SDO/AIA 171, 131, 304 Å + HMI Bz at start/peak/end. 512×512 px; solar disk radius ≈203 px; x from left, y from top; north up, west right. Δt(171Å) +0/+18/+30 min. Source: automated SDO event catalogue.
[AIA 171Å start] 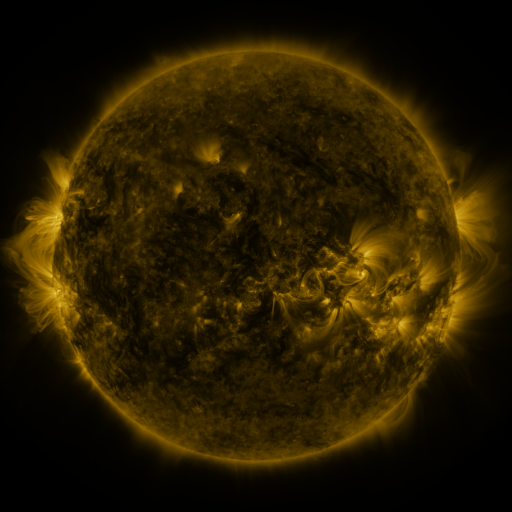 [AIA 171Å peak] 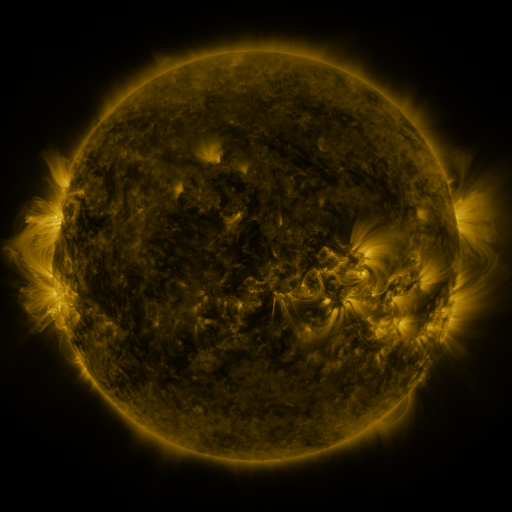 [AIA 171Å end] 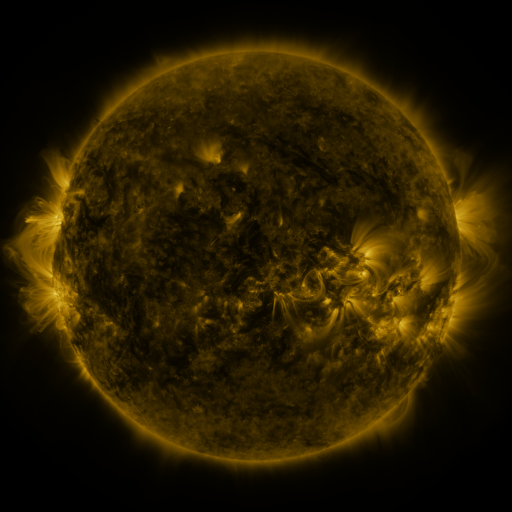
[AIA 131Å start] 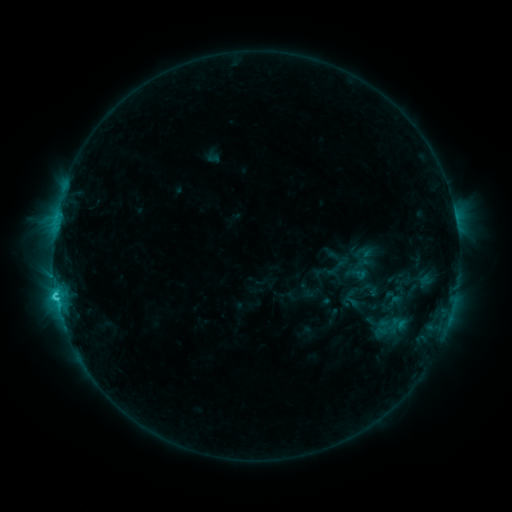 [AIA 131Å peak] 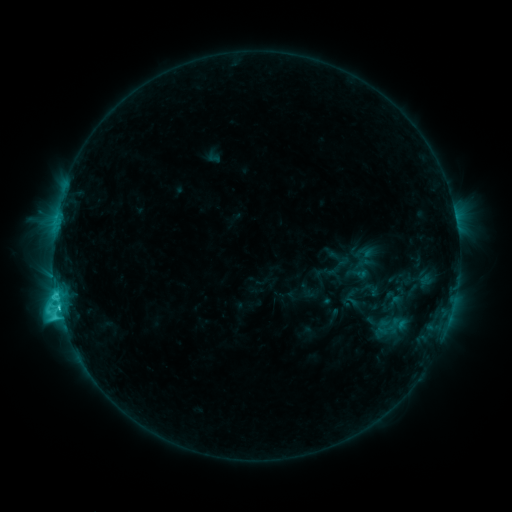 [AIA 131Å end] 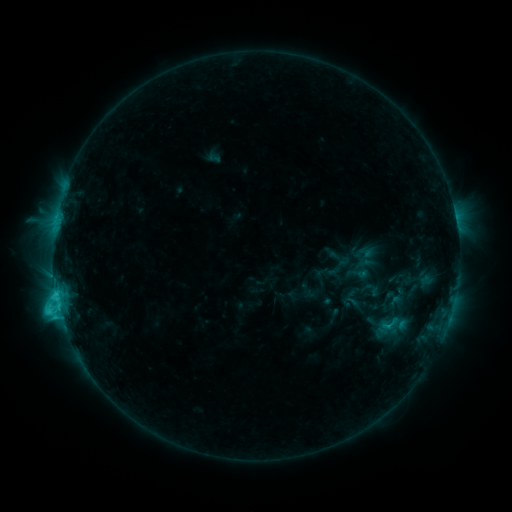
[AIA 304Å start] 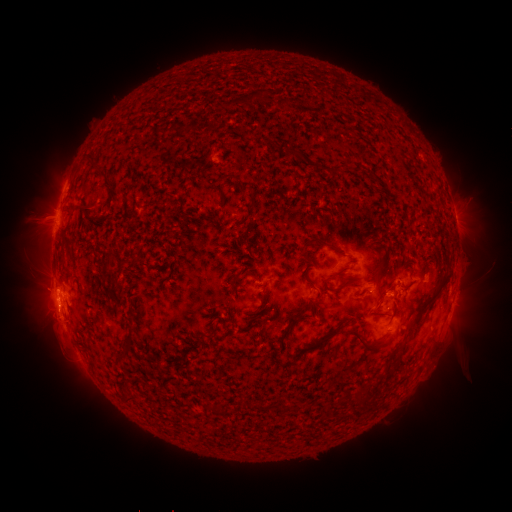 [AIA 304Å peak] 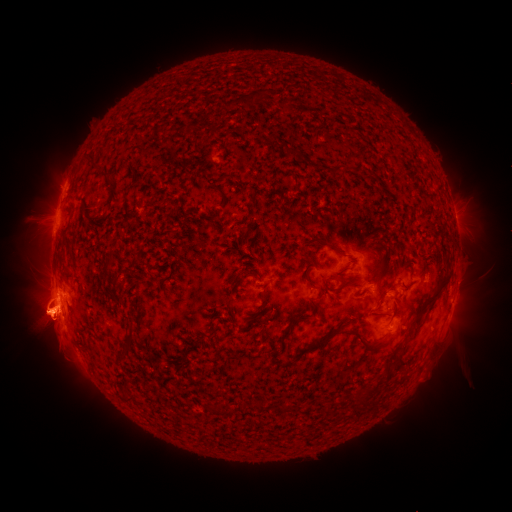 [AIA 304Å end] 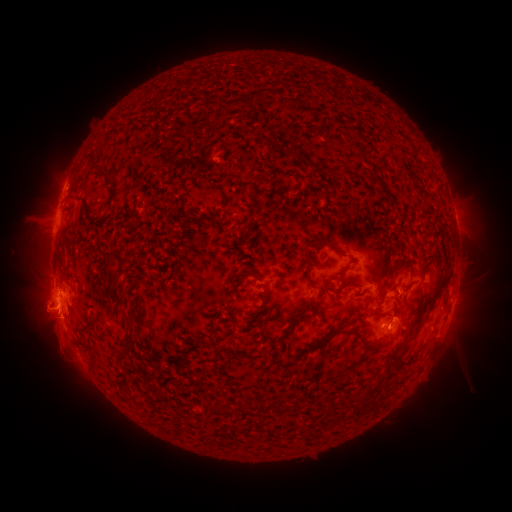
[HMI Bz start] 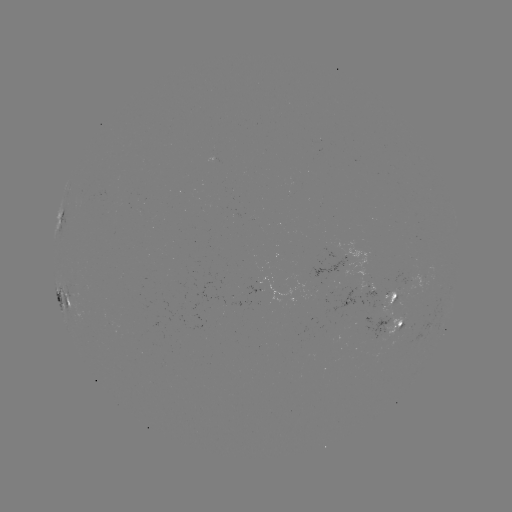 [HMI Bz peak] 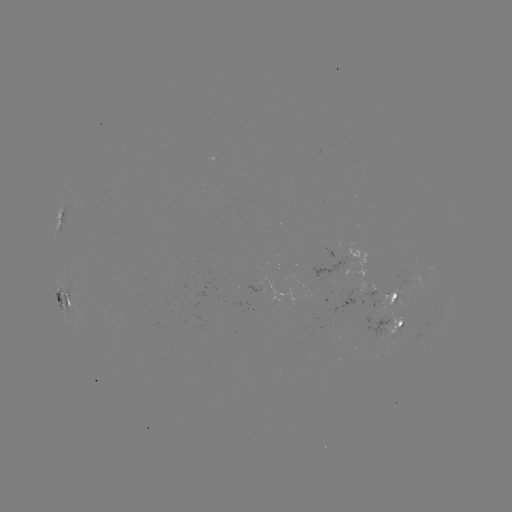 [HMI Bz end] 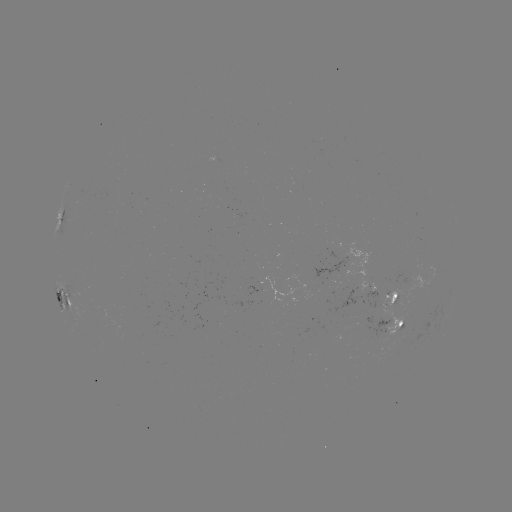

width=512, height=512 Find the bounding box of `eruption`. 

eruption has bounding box [0, 137, 140, 413].